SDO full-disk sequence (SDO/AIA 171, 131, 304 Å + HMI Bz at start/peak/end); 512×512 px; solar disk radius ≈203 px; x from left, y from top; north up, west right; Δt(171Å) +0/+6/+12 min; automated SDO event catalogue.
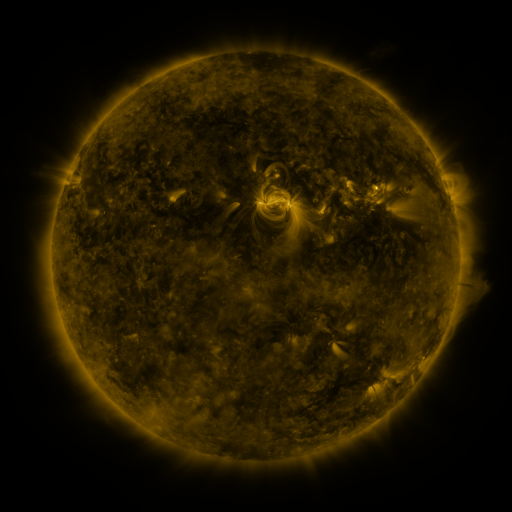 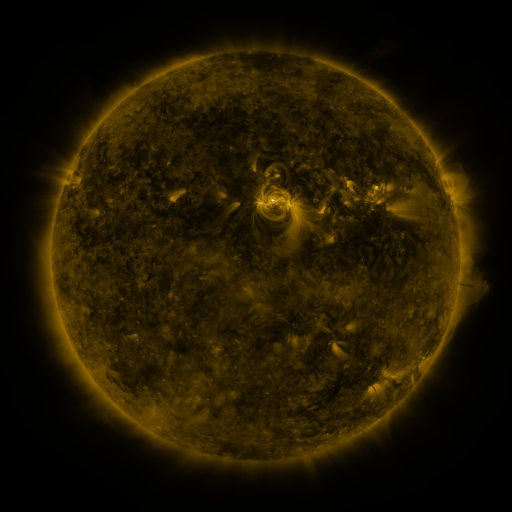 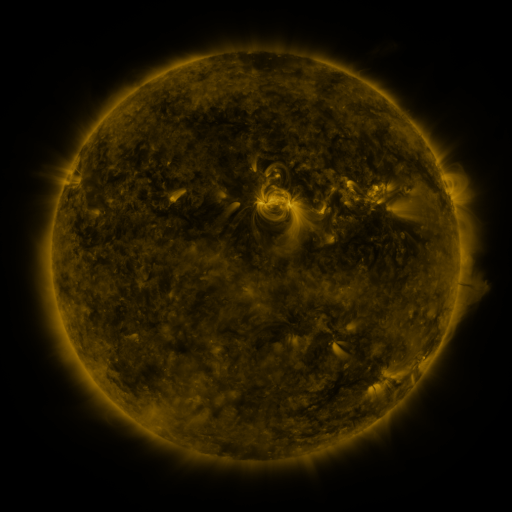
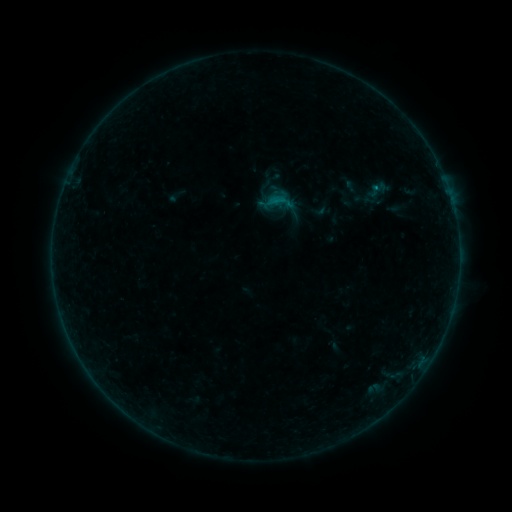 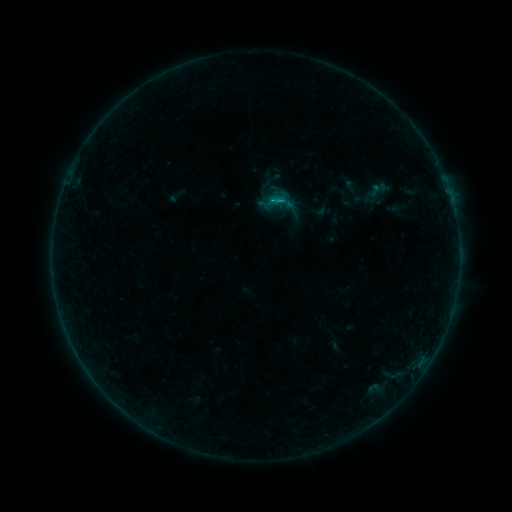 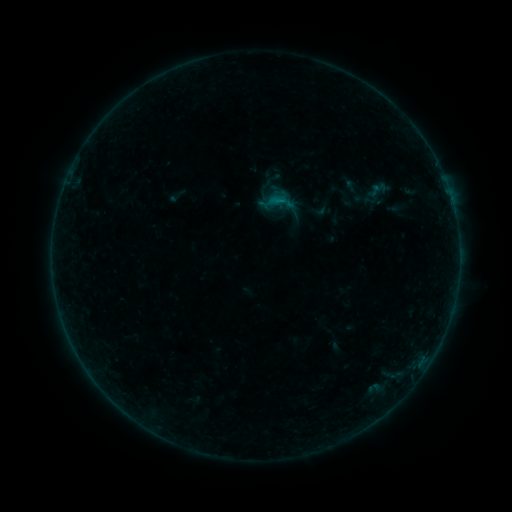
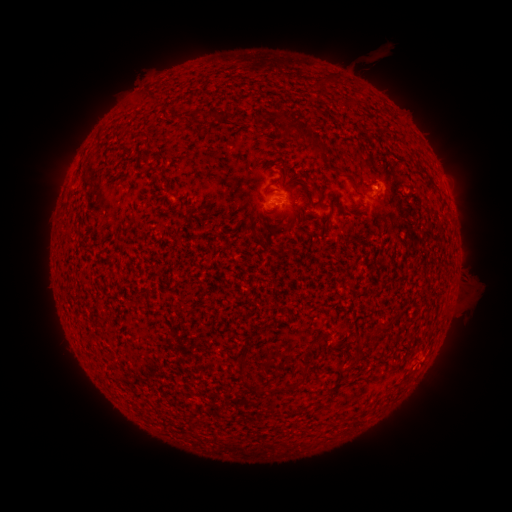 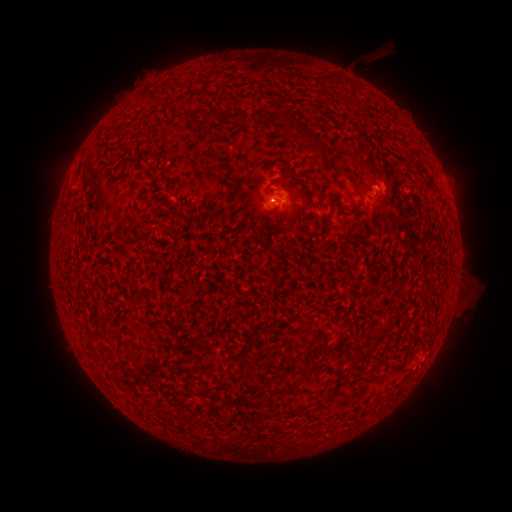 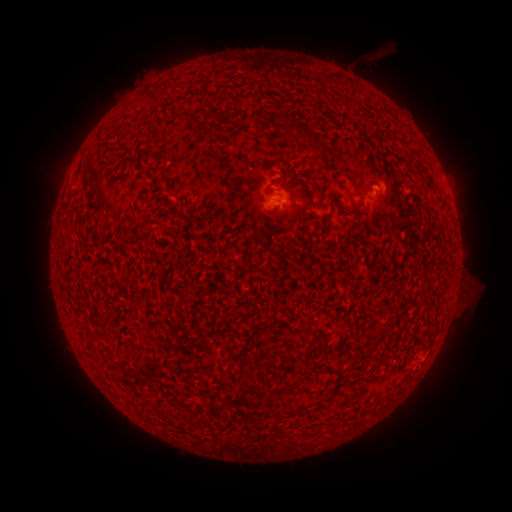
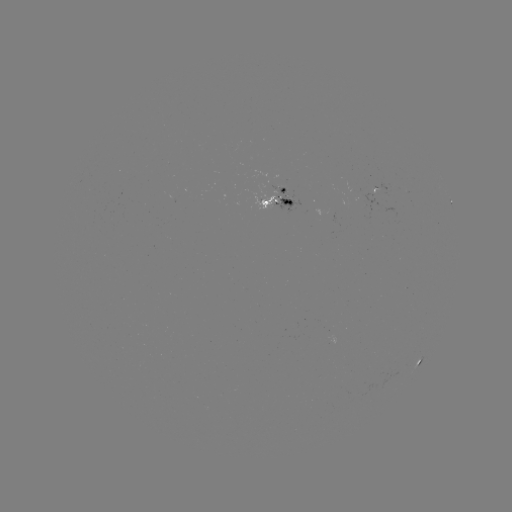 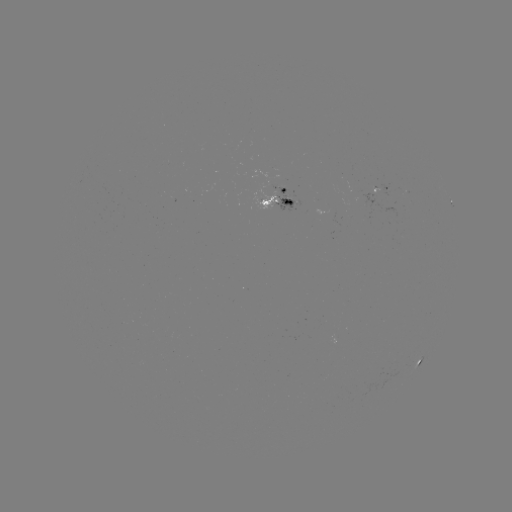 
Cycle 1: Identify B3.3 flare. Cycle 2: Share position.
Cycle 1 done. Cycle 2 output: [376, 189].